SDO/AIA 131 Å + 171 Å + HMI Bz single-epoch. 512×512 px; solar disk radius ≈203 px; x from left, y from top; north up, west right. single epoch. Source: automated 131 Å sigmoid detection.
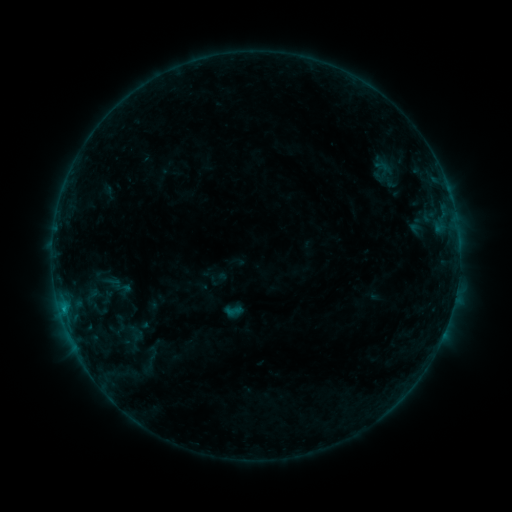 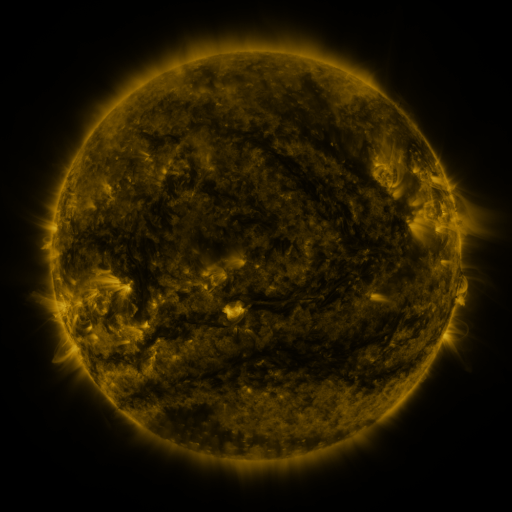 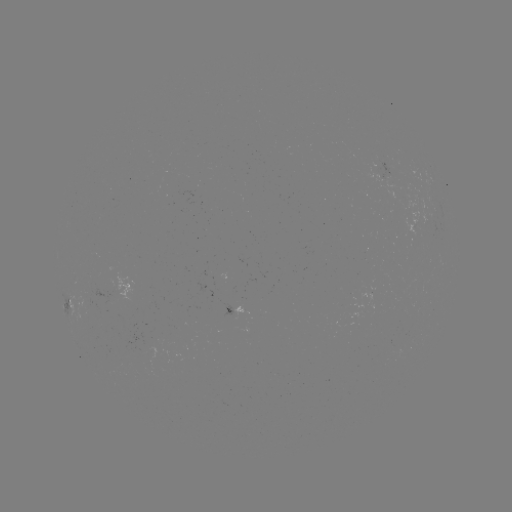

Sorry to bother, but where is sigmoid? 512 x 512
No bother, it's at (233, 311).